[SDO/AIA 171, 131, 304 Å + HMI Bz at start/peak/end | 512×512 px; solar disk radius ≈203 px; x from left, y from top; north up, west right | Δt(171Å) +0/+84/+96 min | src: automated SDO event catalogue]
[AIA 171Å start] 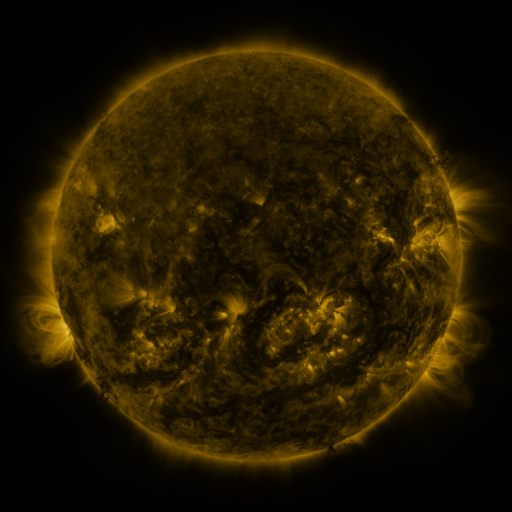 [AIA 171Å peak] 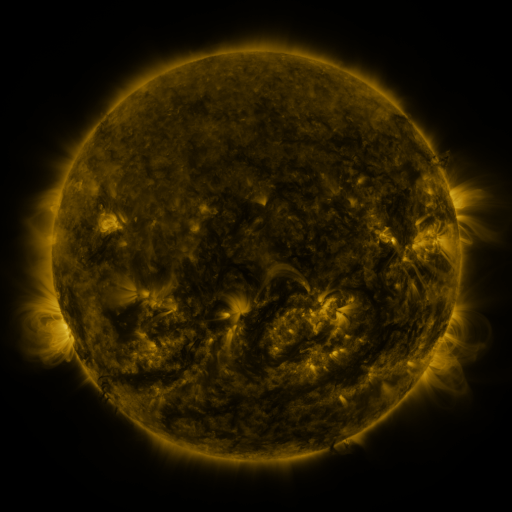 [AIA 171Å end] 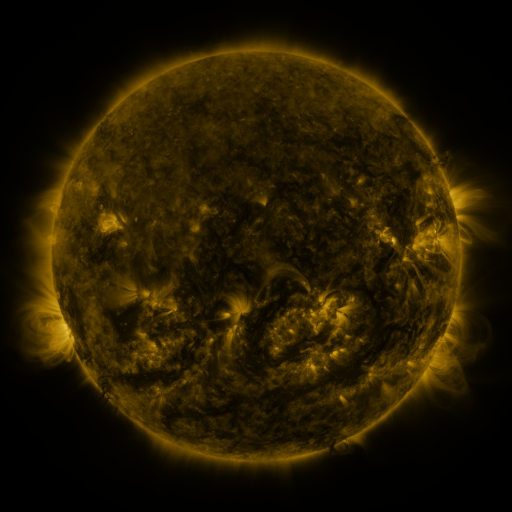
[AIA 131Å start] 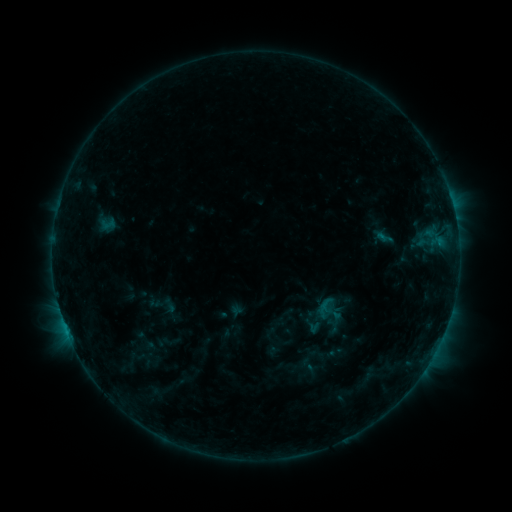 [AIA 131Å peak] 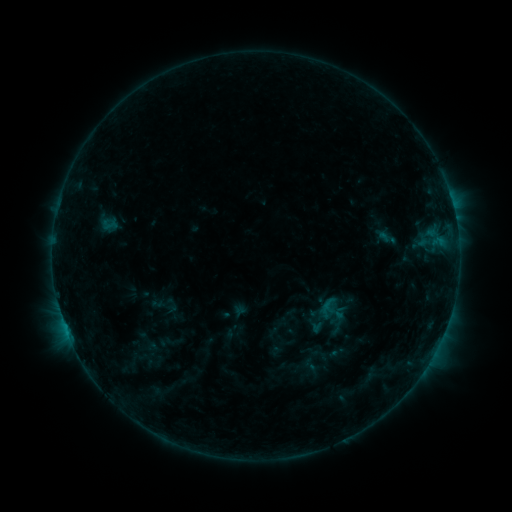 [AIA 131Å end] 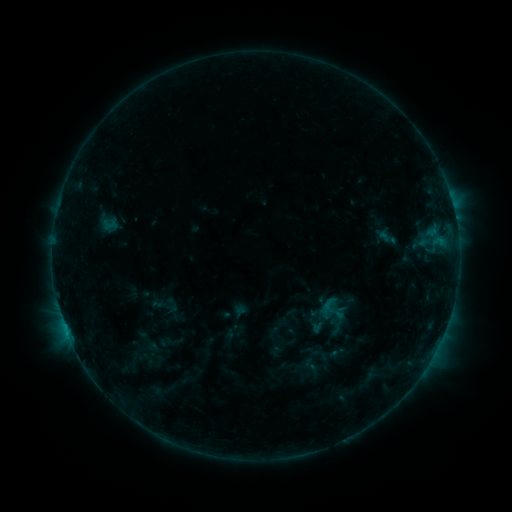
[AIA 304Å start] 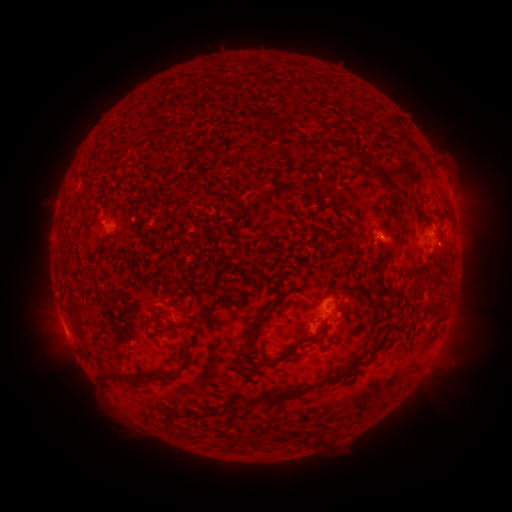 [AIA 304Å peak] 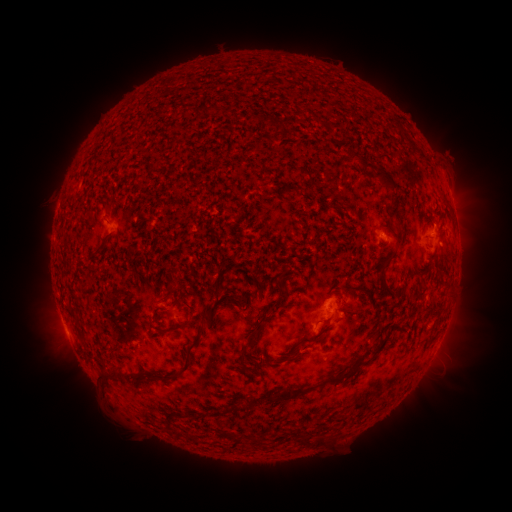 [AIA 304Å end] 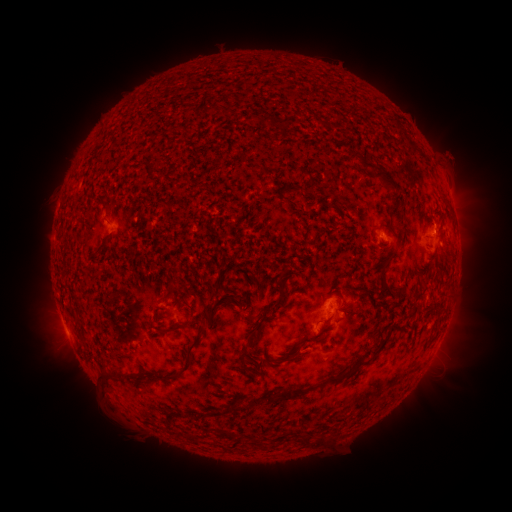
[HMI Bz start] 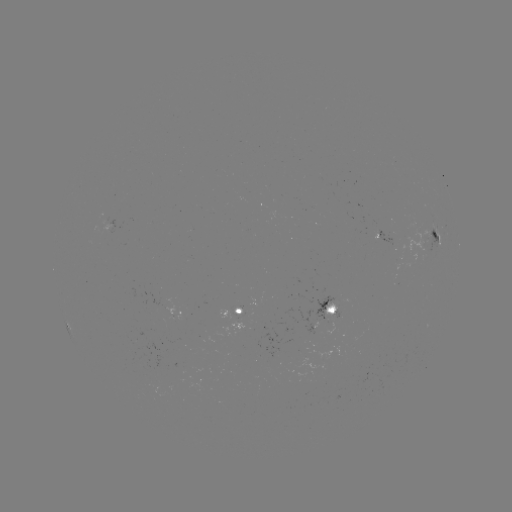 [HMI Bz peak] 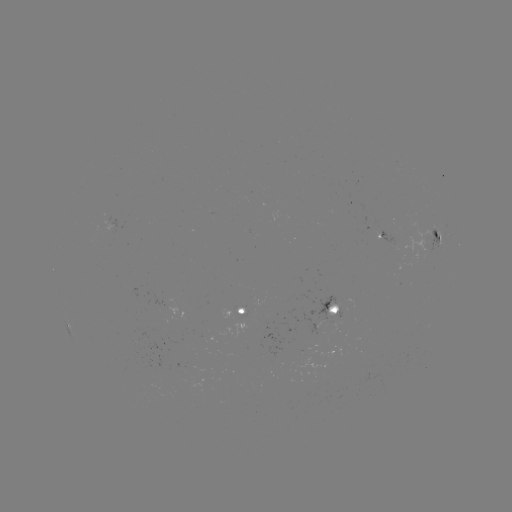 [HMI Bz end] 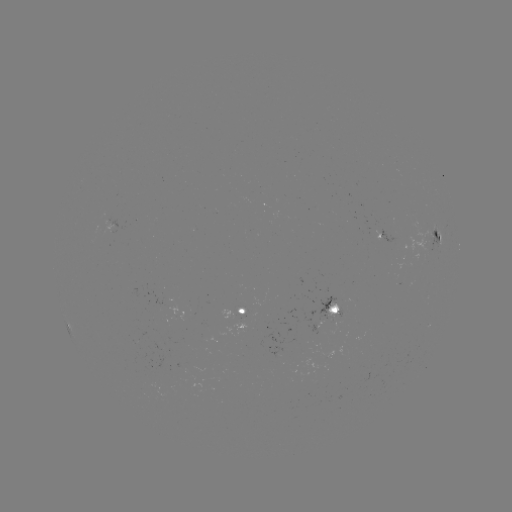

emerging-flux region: <bbox>322, 358, 327, 369</bbox>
